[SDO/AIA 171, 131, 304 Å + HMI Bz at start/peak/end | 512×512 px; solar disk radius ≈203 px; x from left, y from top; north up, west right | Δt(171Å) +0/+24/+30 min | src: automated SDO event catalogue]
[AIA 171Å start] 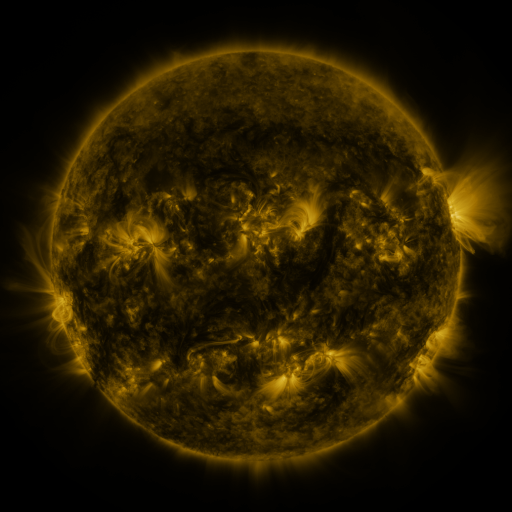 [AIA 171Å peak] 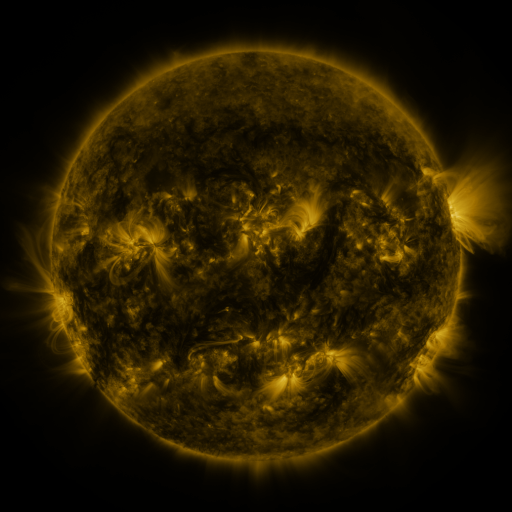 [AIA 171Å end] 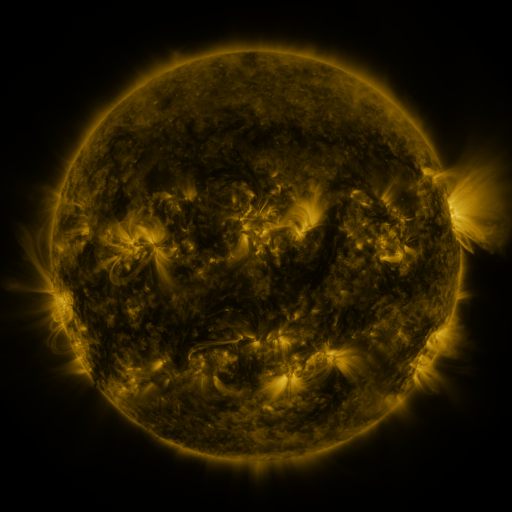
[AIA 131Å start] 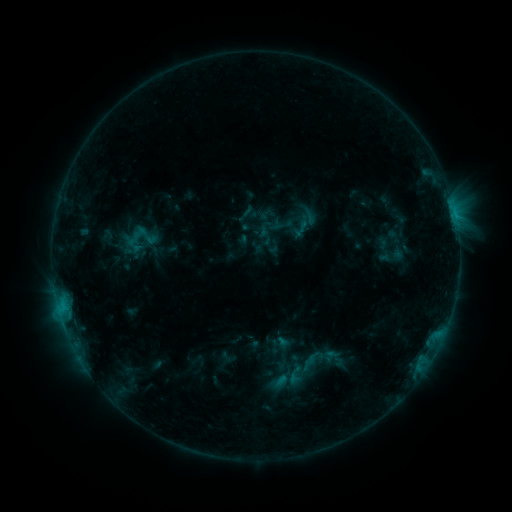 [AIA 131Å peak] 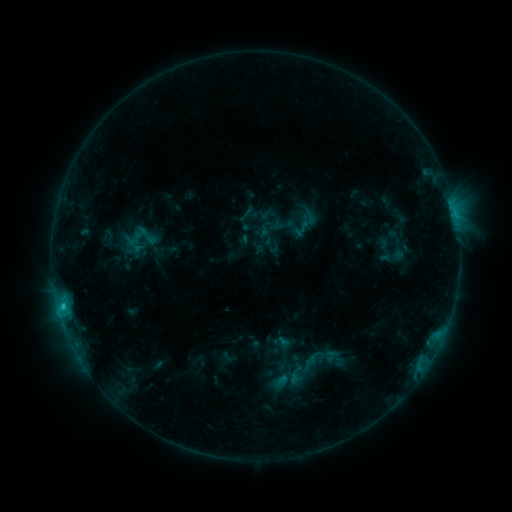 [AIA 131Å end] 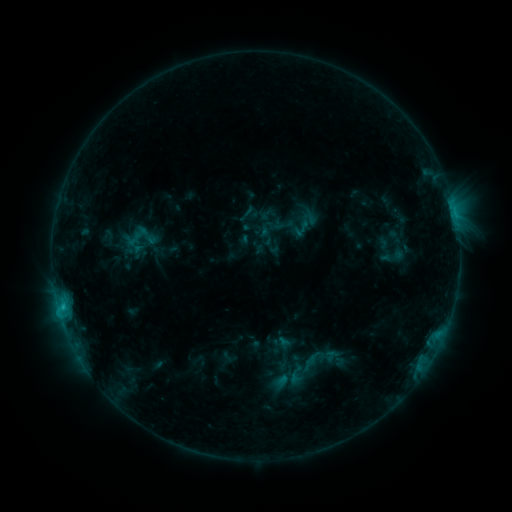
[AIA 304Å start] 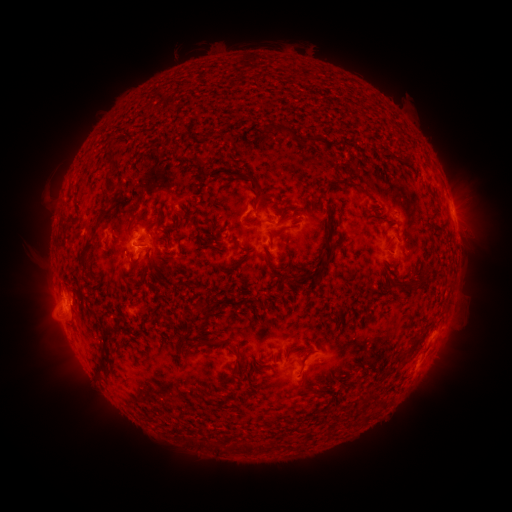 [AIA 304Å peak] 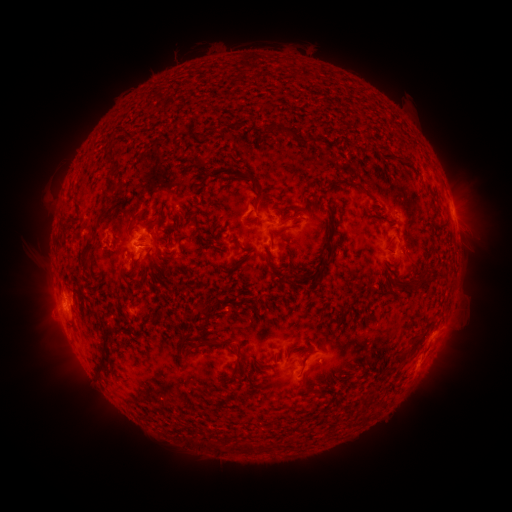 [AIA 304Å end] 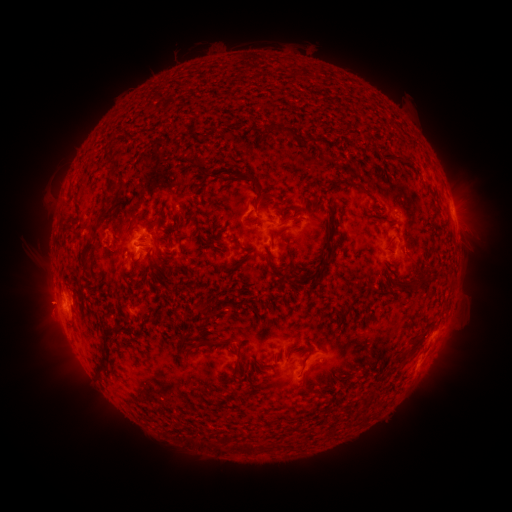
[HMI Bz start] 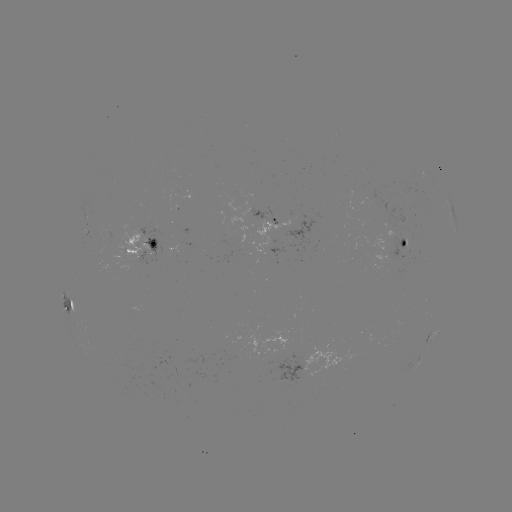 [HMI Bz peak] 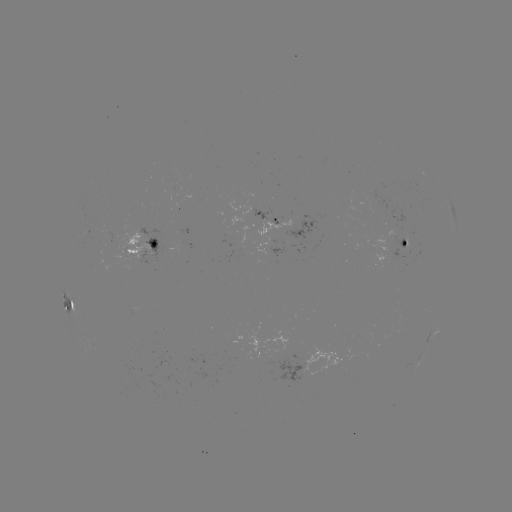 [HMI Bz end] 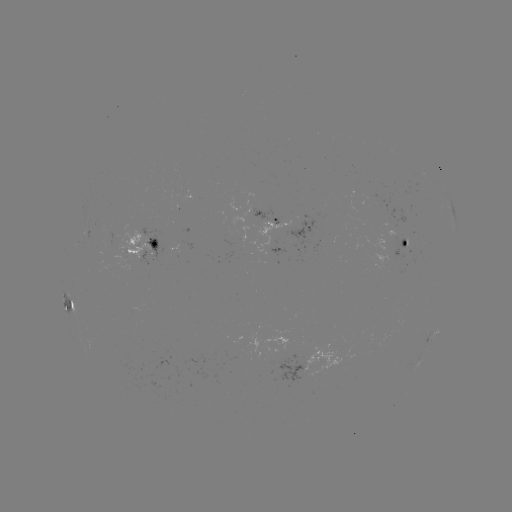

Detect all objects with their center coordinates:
C1.2 flare: (62, 305)
